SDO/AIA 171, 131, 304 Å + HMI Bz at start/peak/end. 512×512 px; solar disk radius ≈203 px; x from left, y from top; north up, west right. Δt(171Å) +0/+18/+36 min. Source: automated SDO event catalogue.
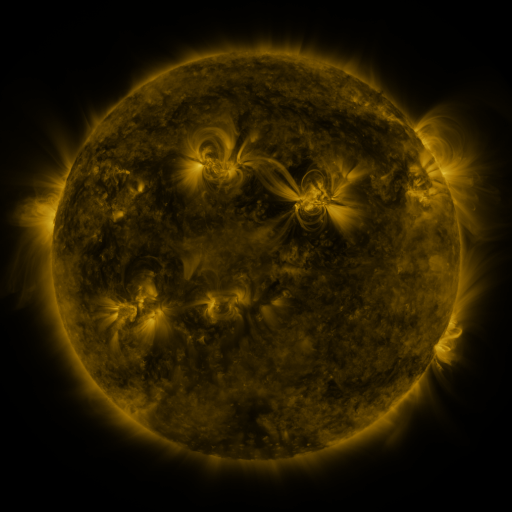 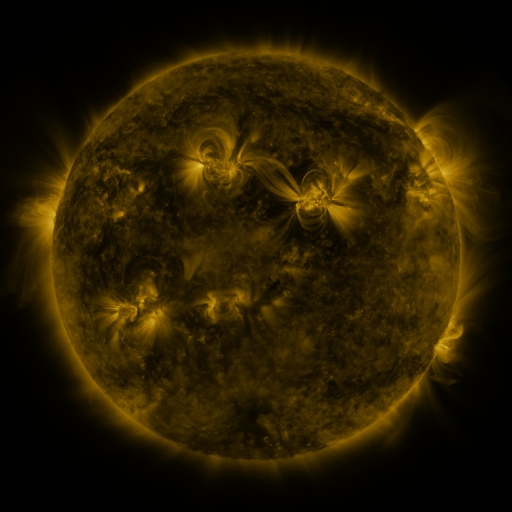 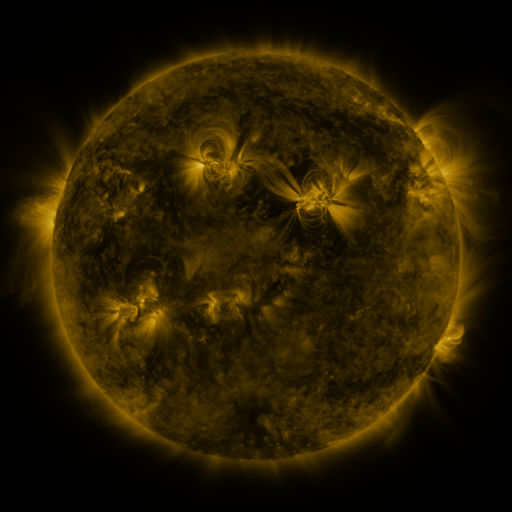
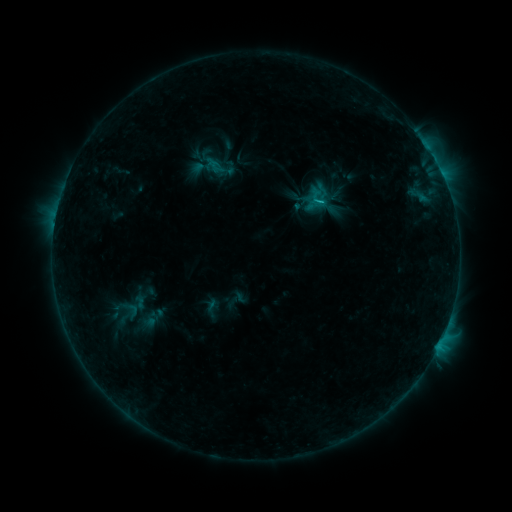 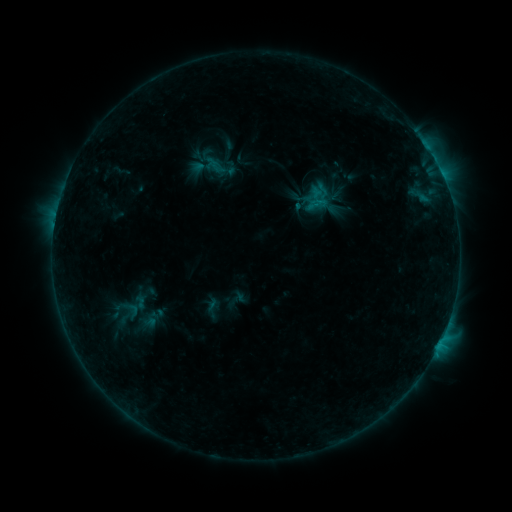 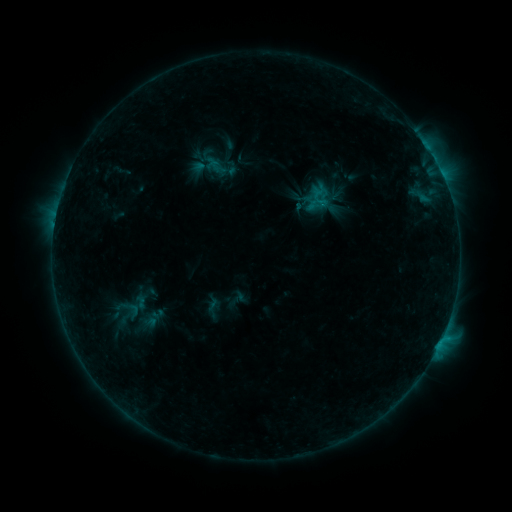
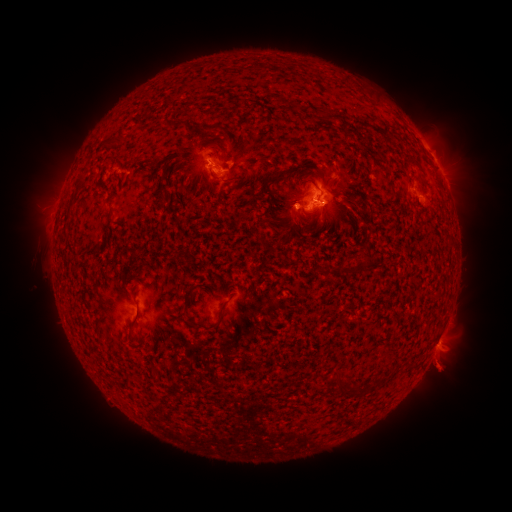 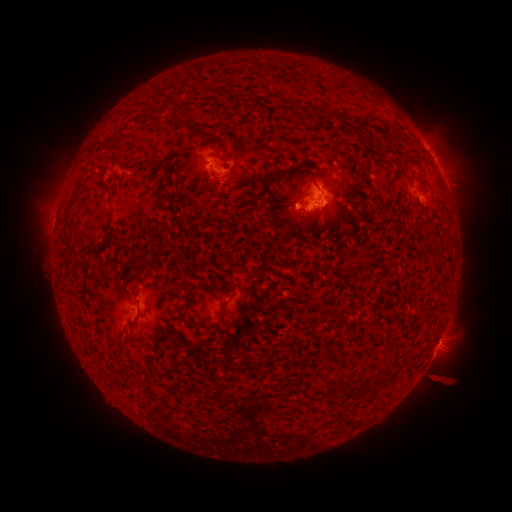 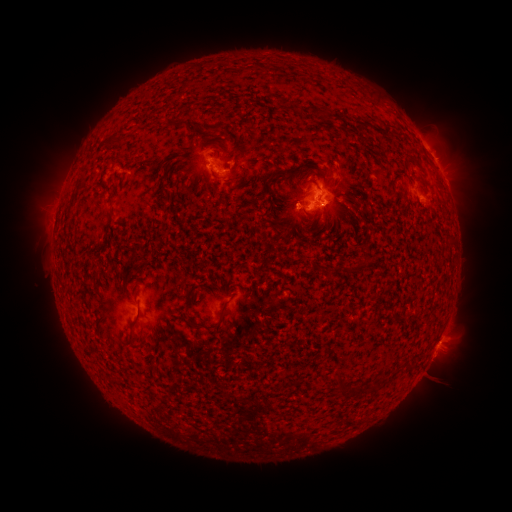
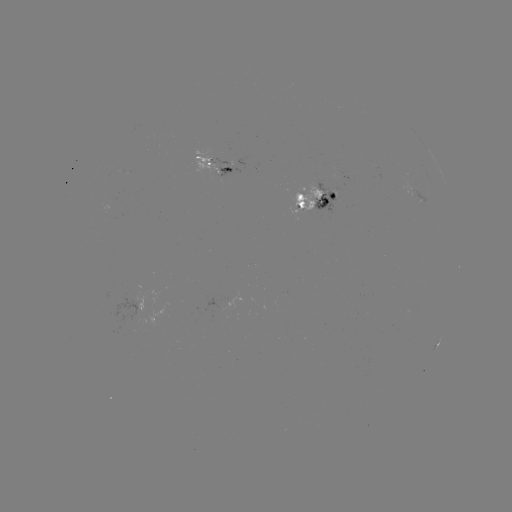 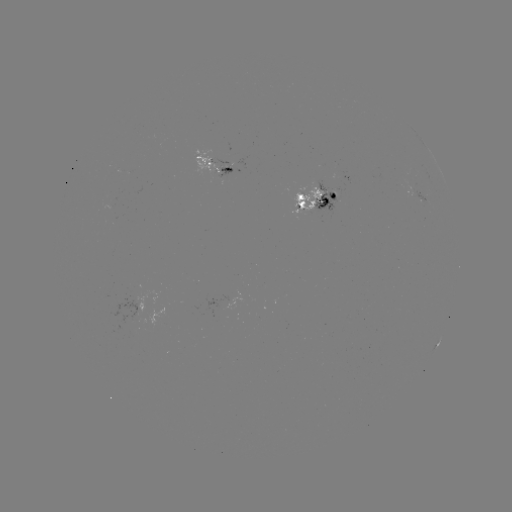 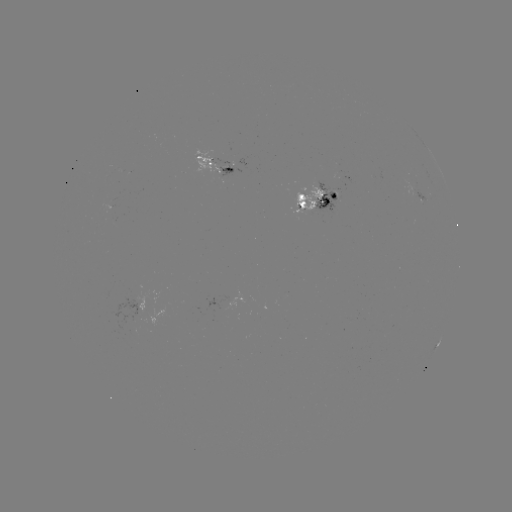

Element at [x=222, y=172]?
emerging-flux region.